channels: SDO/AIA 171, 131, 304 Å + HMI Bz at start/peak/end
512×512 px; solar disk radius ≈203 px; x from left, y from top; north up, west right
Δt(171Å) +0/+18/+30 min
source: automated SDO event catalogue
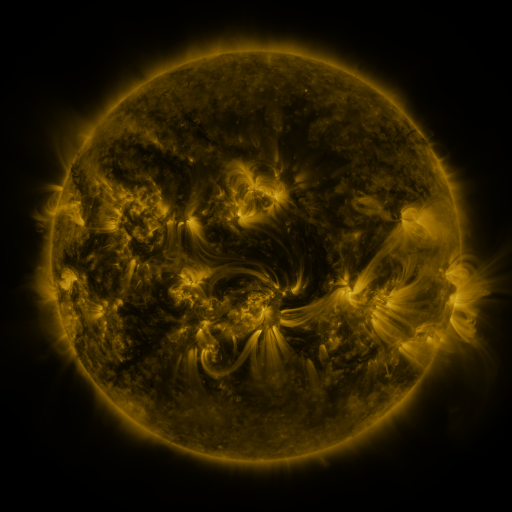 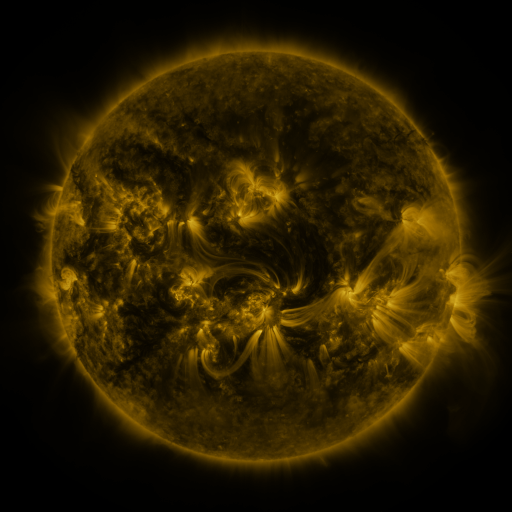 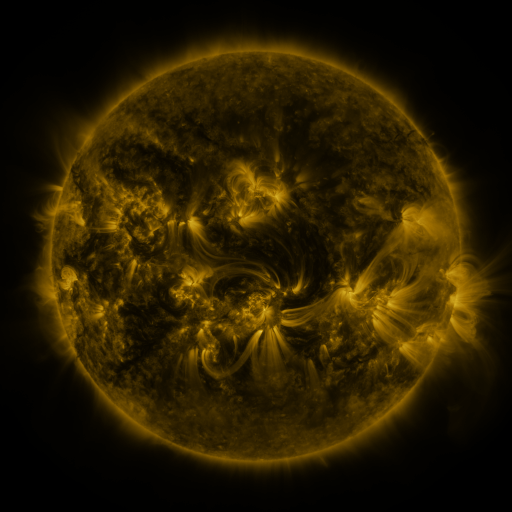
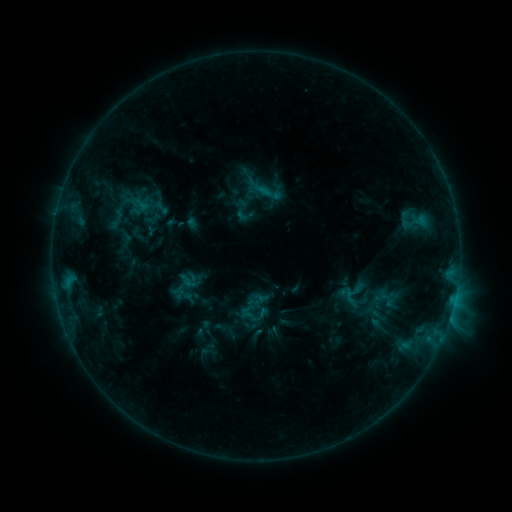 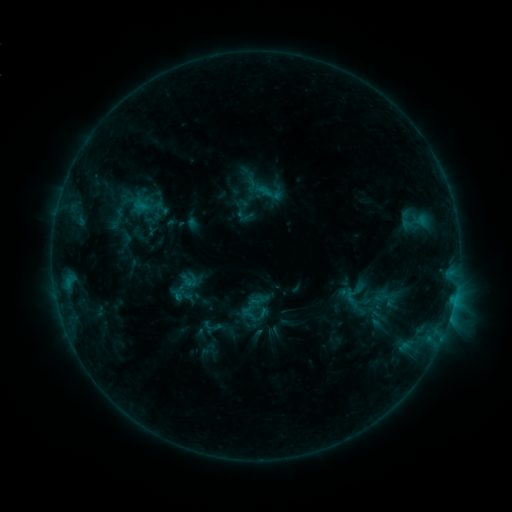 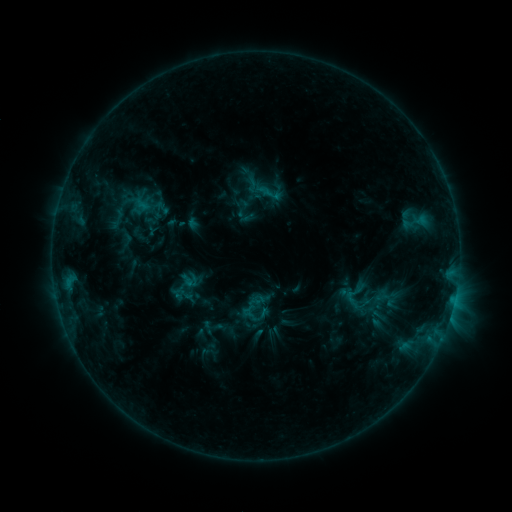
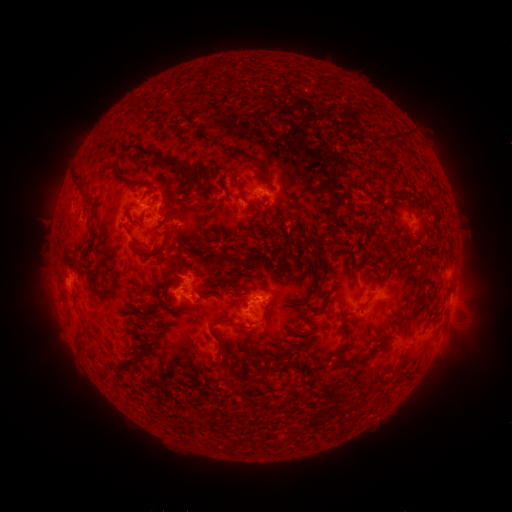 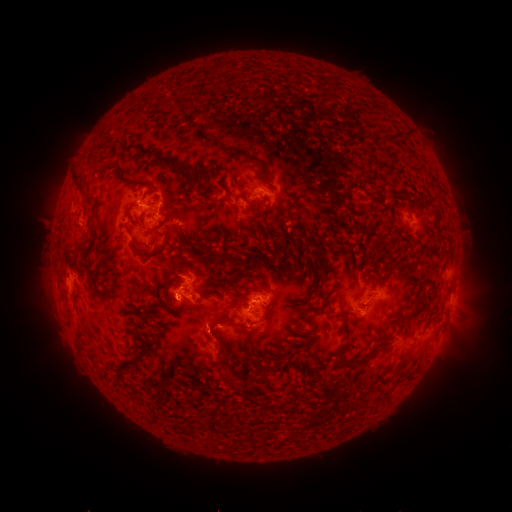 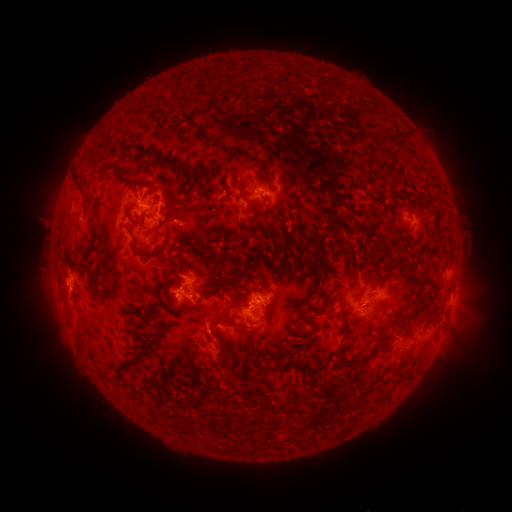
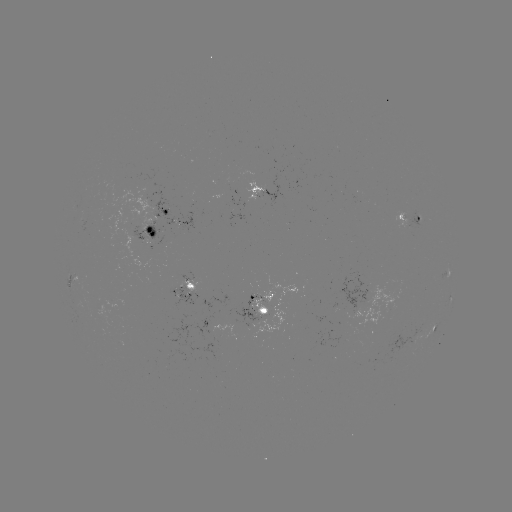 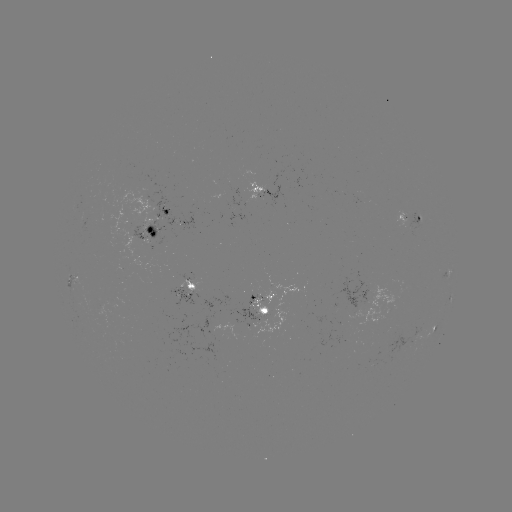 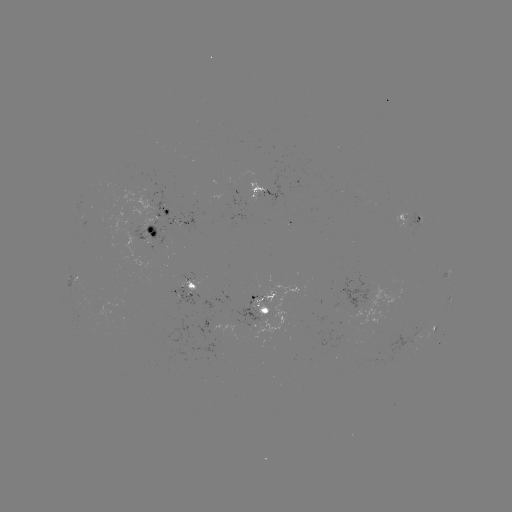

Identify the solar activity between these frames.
C1.3 flare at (178, 296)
